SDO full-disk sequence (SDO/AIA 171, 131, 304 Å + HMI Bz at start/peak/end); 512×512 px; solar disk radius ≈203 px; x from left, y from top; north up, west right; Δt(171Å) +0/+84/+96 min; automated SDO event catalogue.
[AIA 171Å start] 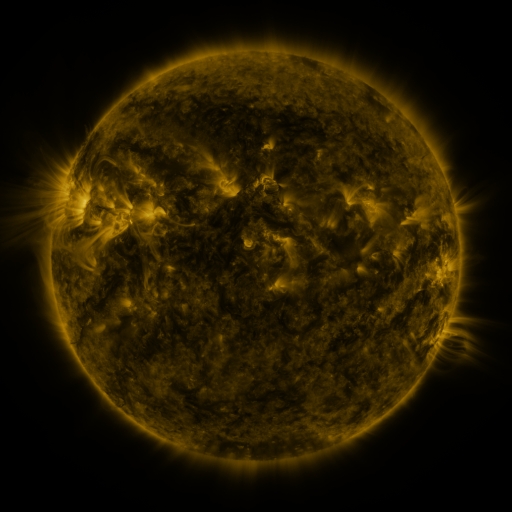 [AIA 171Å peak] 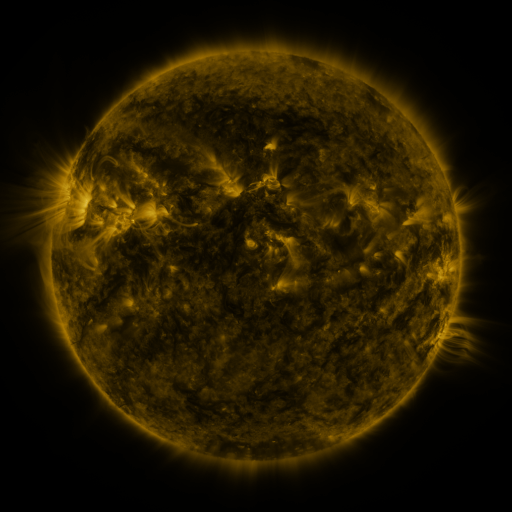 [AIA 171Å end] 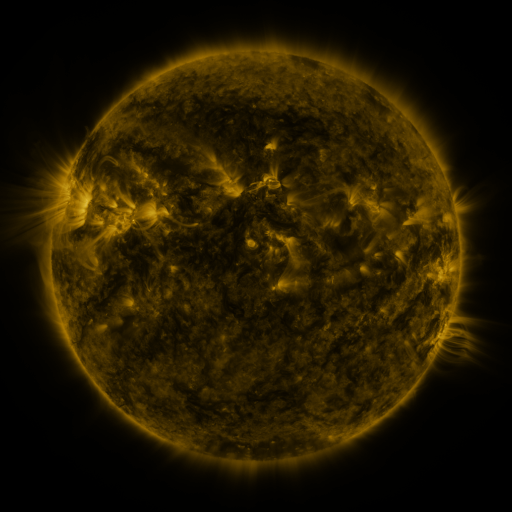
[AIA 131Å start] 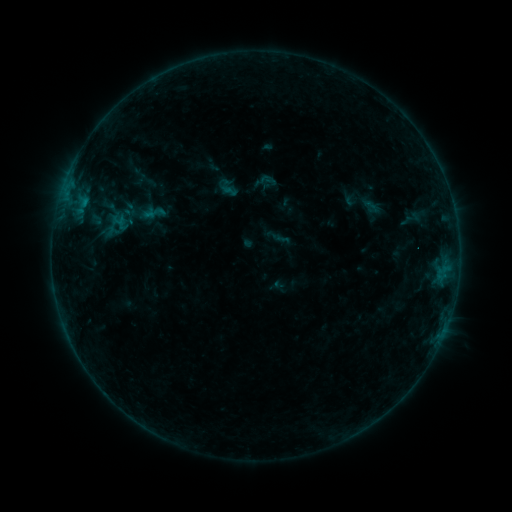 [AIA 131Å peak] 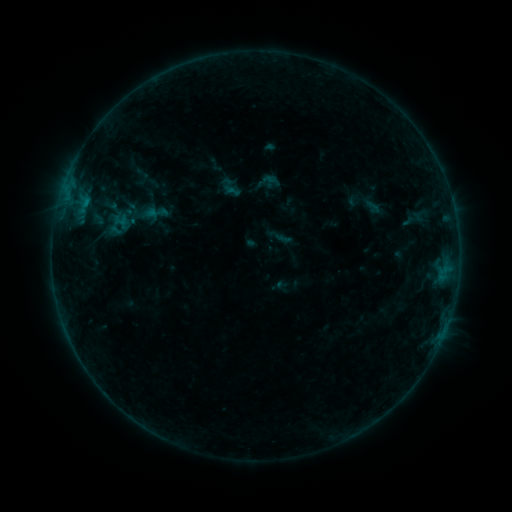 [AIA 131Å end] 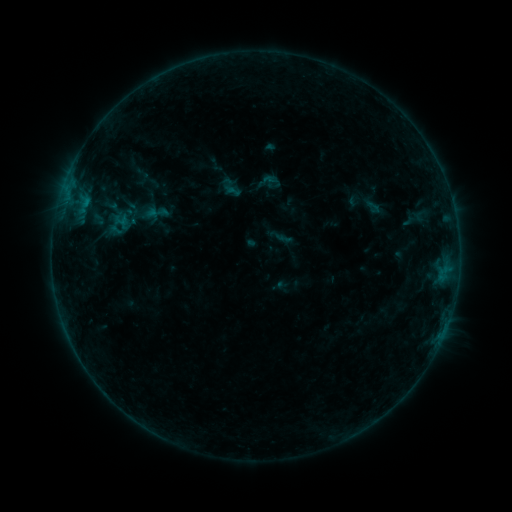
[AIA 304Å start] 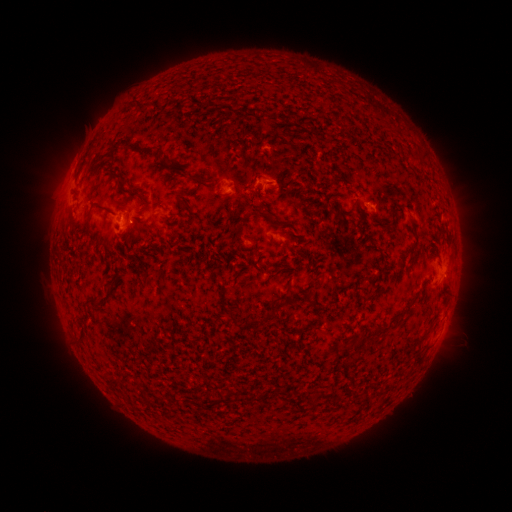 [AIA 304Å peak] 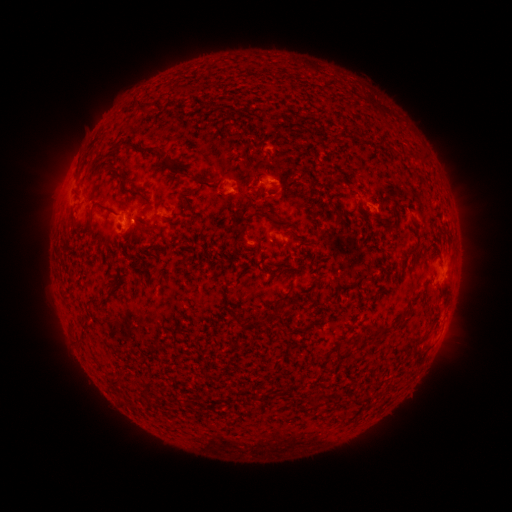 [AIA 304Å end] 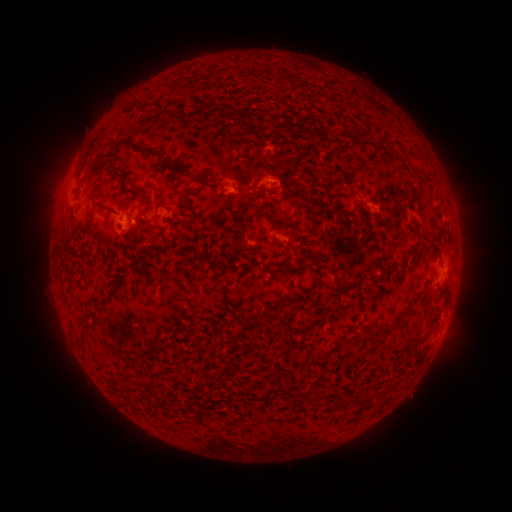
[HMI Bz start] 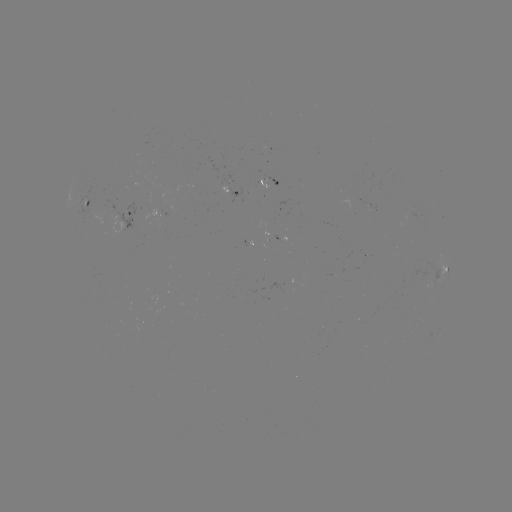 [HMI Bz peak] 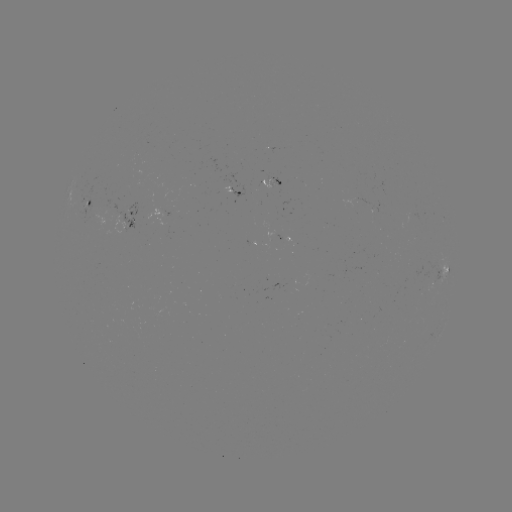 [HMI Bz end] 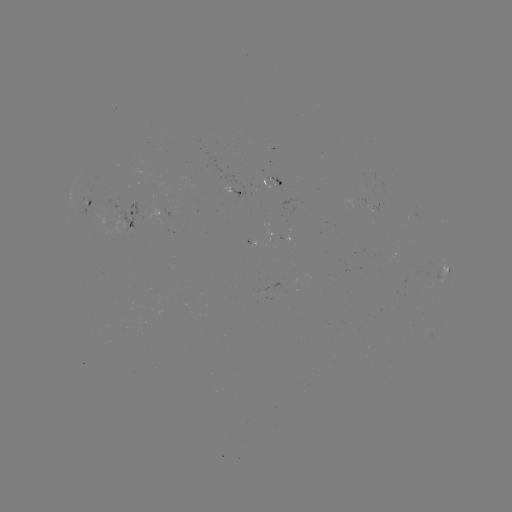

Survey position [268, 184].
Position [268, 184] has emerging-flux region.